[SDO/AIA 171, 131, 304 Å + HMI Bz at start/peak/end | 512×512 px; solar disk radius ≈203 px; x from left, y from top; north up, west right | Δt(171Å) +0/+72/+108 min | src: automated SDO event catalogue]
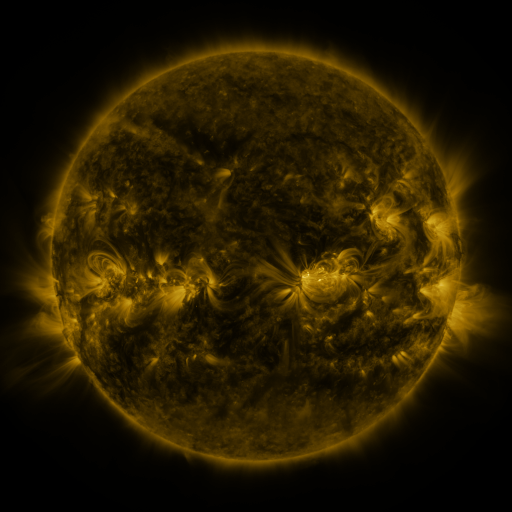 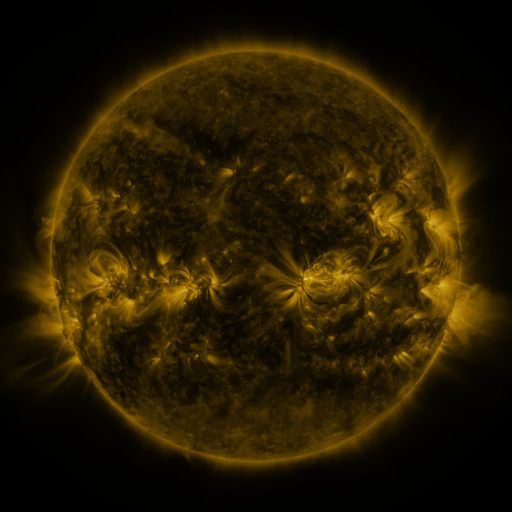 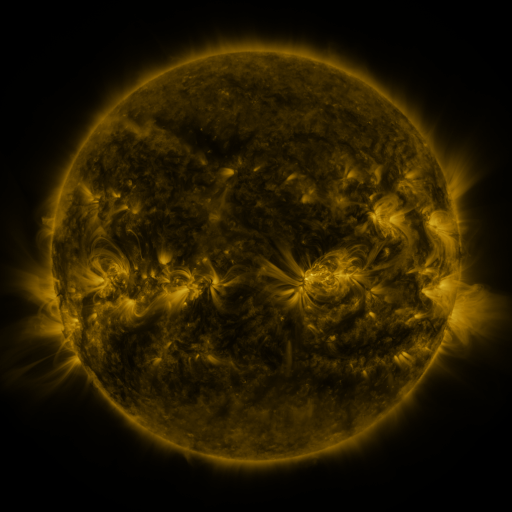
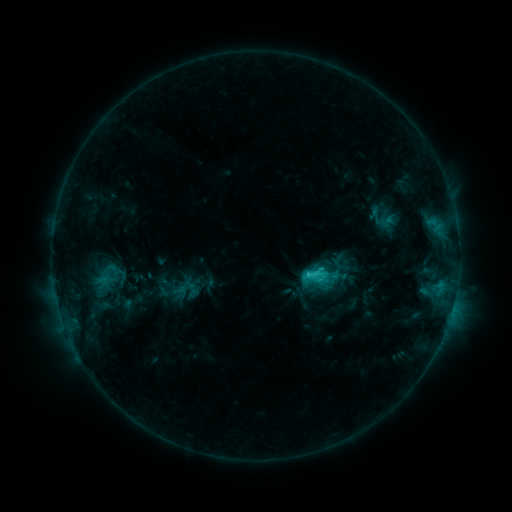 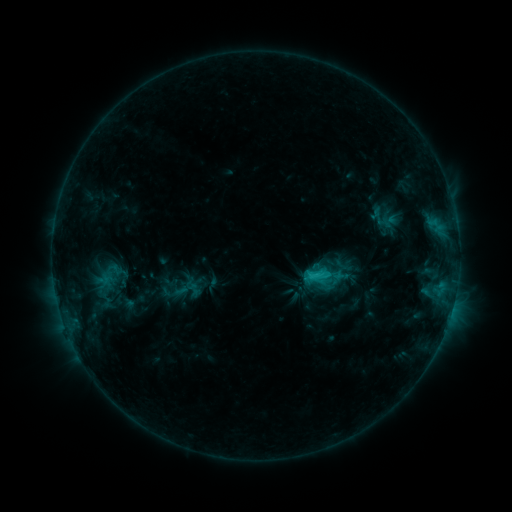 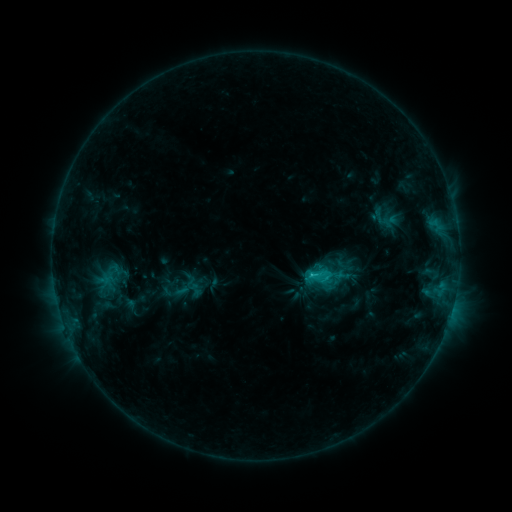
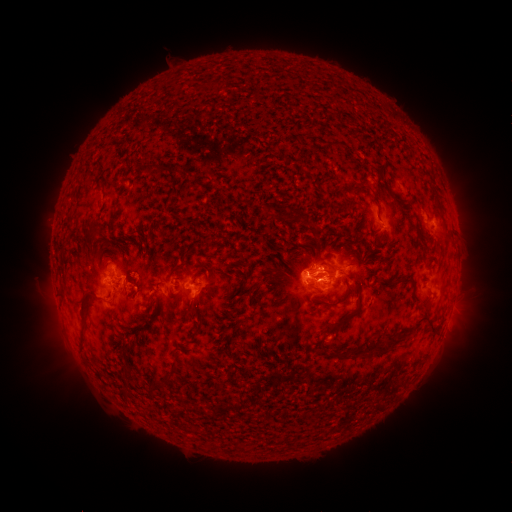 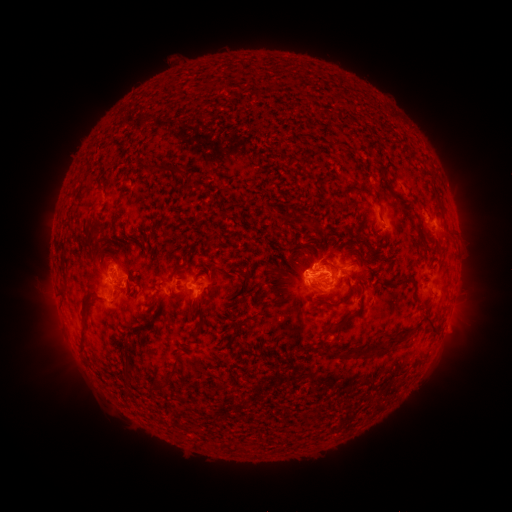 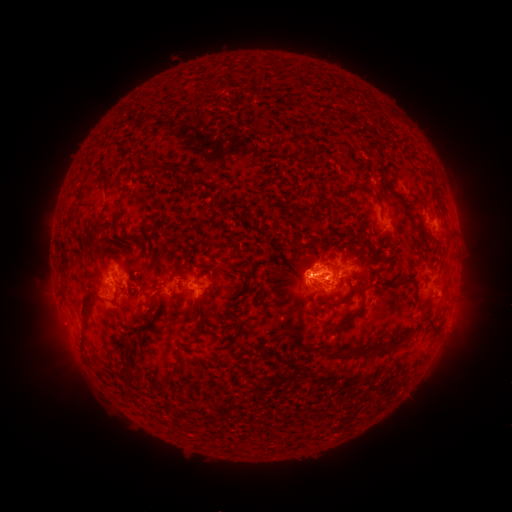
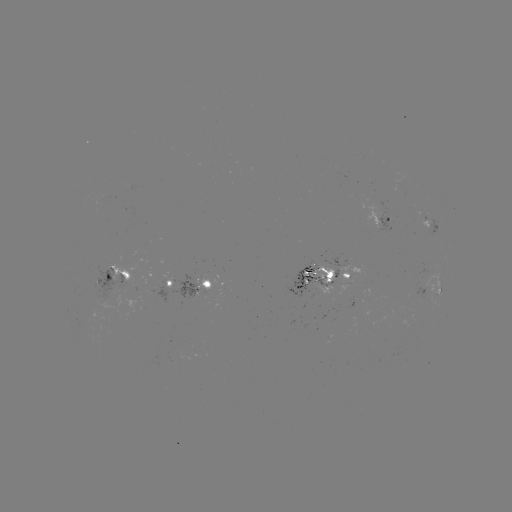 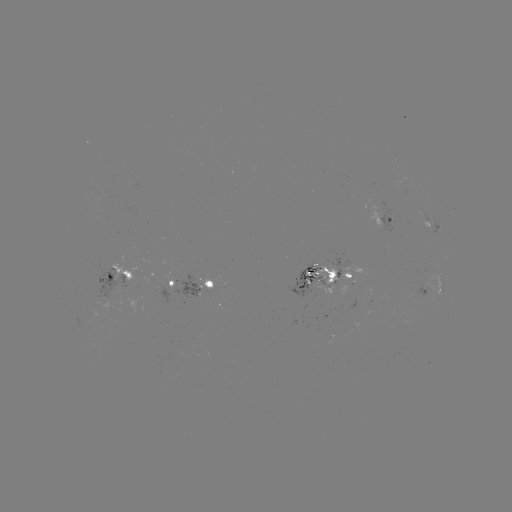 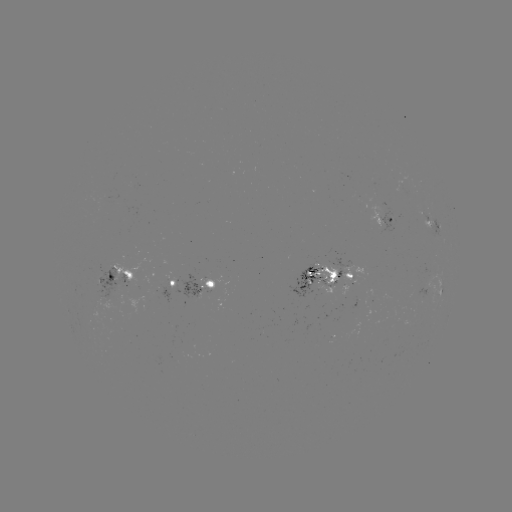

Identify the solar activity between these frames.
emerging-flux region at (123, 280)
